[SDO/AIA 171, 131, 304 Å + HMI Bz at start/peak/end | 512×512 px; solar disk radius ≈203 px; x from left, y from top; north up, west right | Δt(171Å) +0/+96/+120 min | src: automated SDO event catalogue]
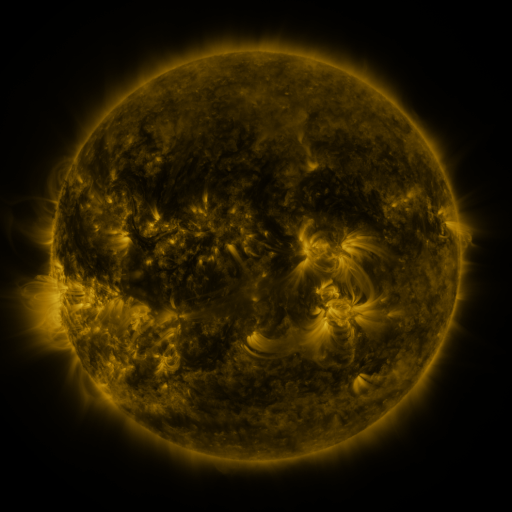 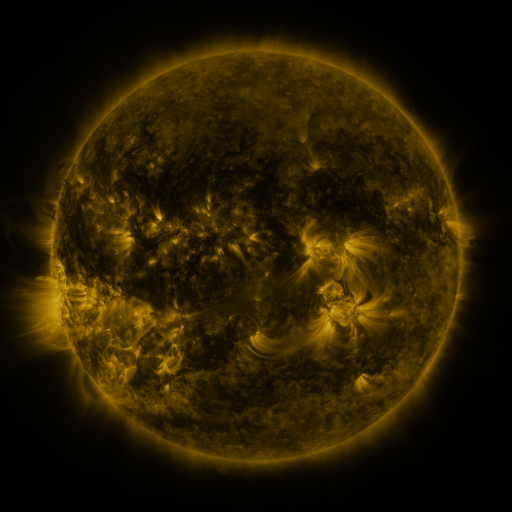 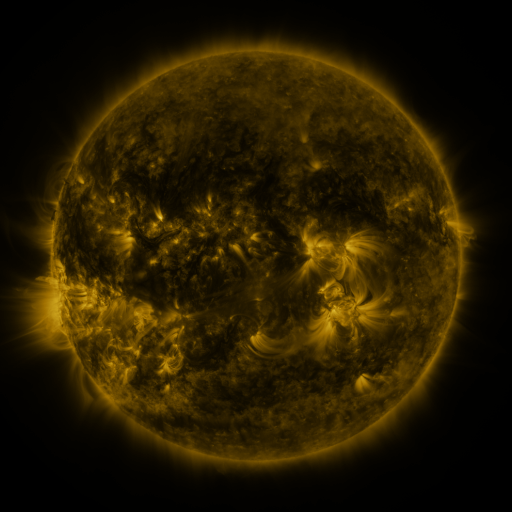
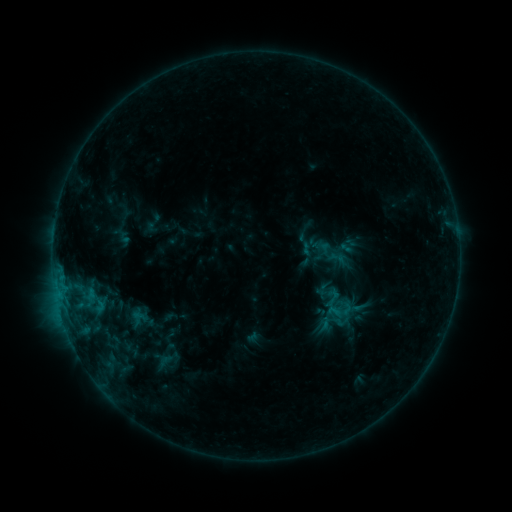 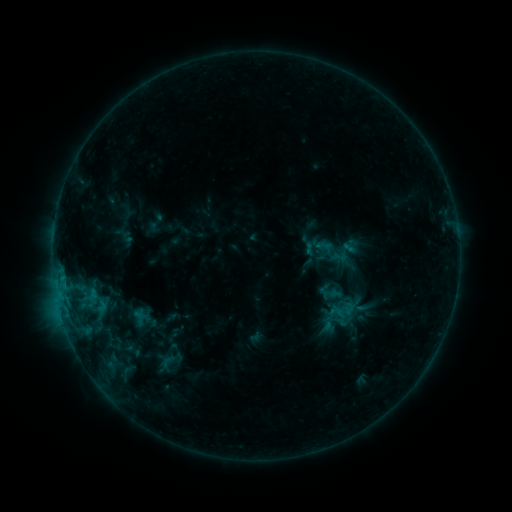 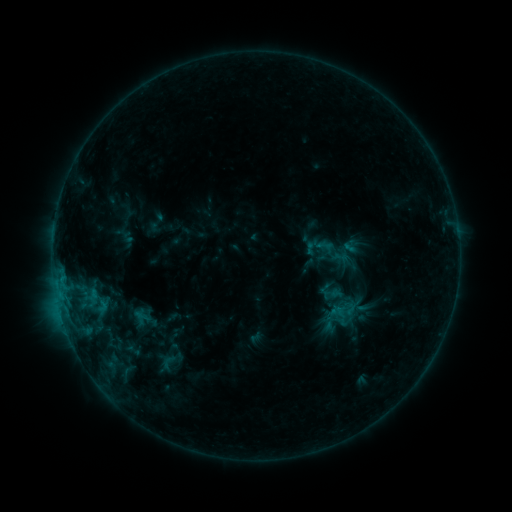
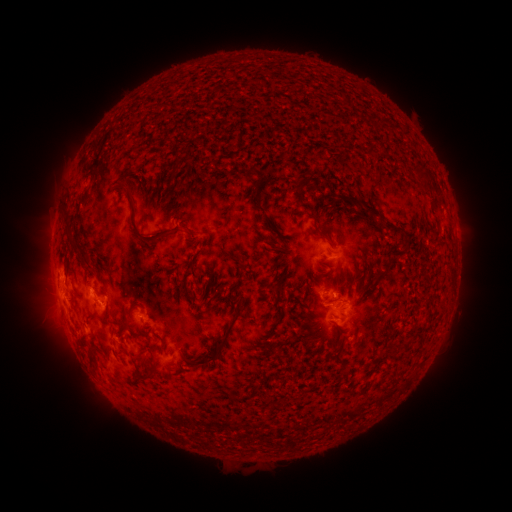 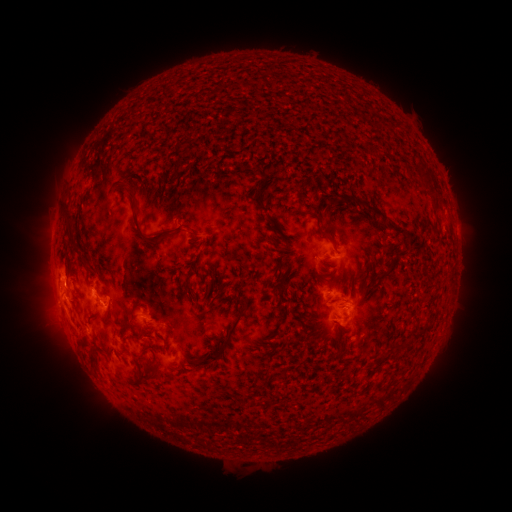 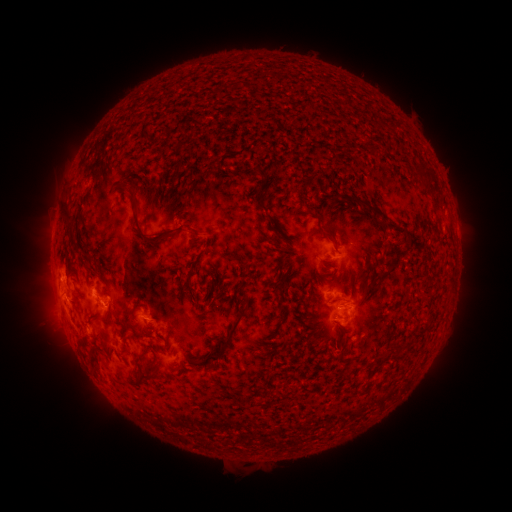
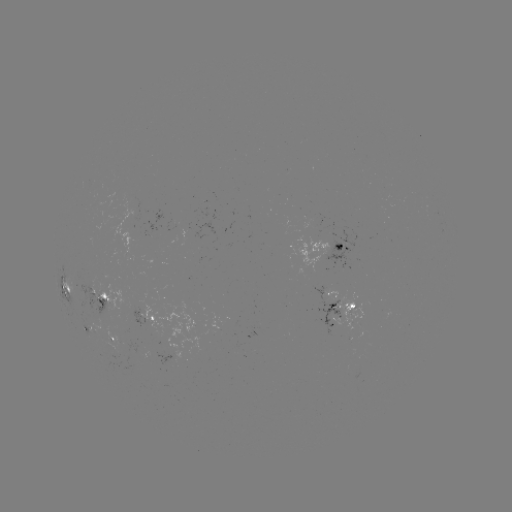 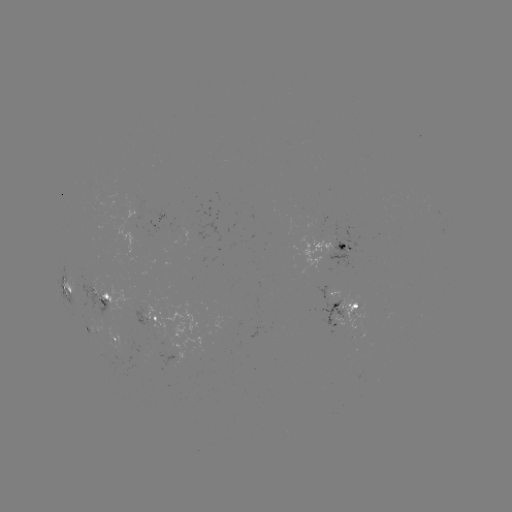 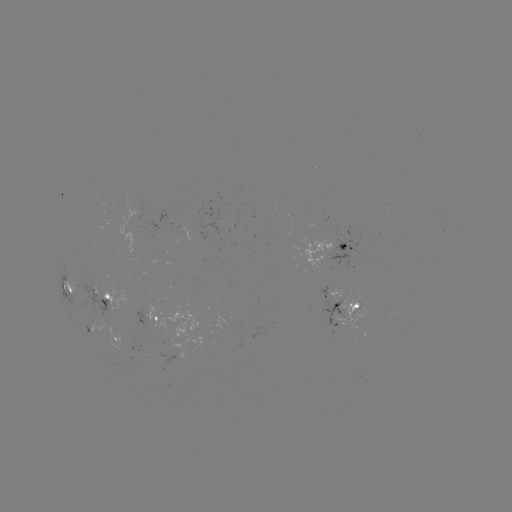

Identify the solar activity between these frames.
emerging-flux region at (99, 291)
